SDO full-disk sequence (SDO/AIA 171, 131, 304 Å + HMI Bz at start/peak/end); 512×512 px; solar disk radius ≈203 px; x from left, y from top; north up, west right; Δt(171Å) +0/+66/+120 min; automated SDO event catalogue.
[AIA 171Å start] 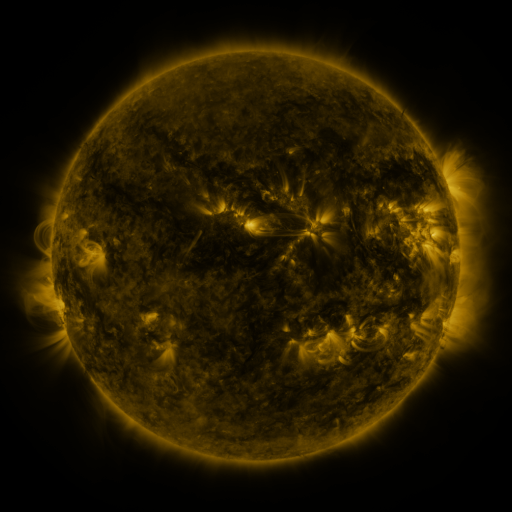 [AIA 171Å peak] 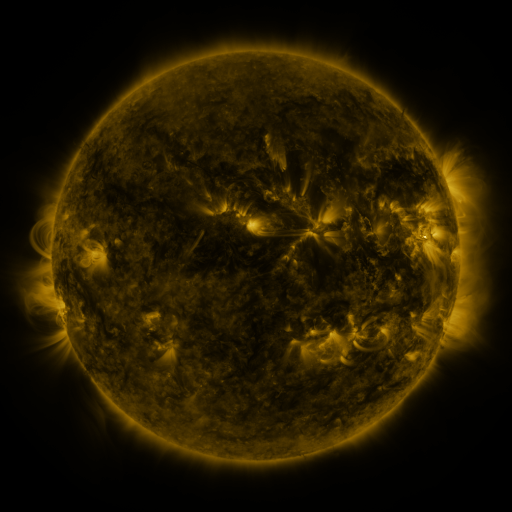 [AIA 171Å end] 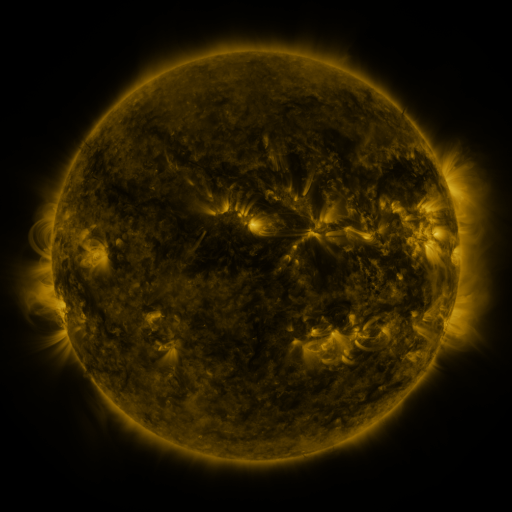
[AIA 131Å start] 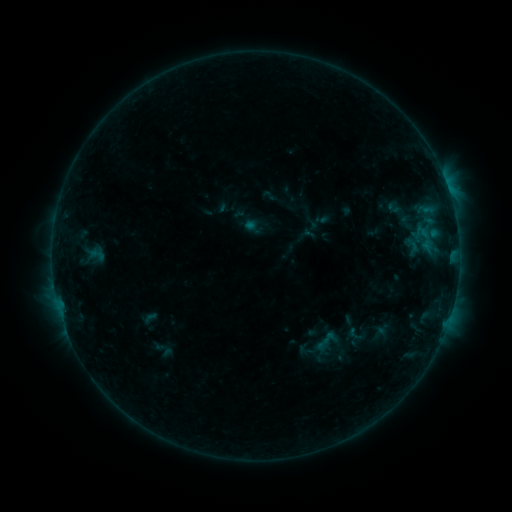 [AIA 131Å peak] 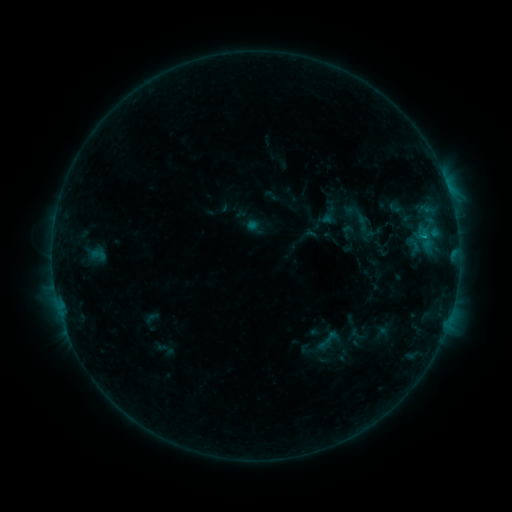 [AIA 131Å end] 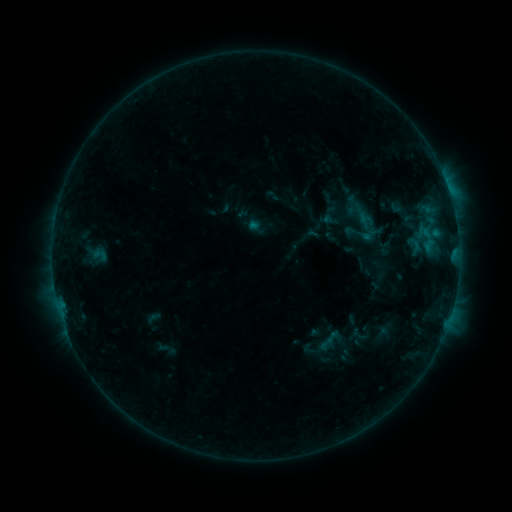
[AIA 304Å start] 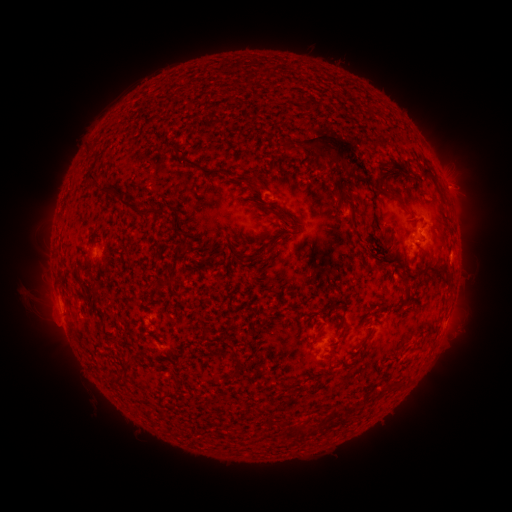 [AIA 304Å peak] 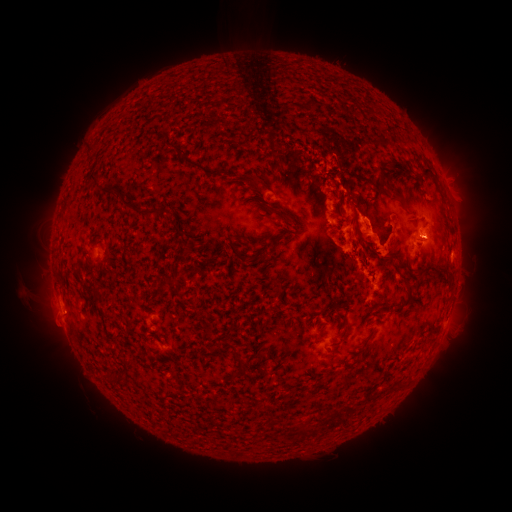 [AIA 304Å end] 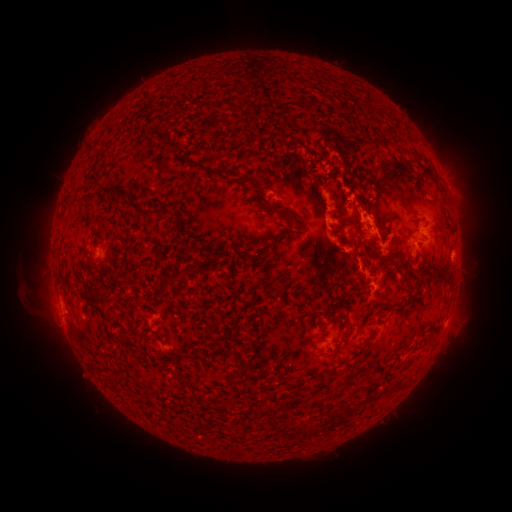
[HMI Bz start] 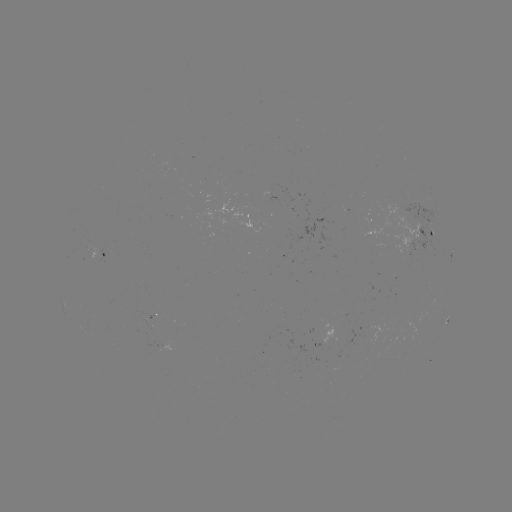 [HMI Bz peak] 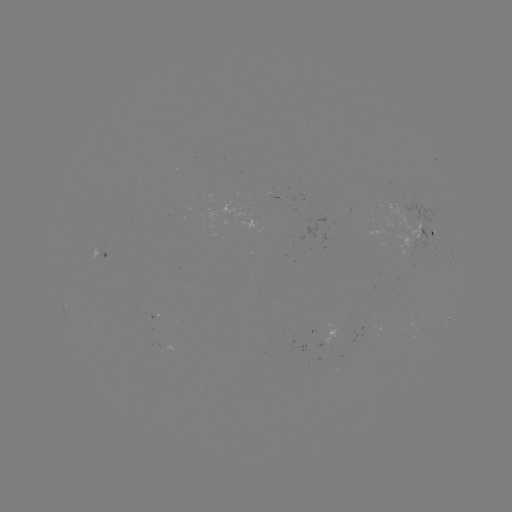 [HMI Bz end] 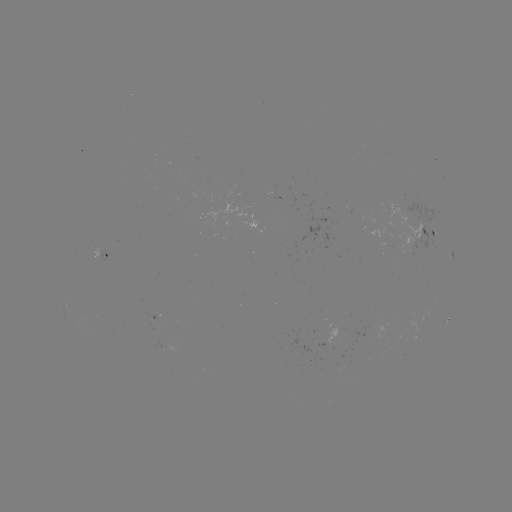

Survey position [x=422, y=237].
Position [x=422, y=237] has B9.8 flare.